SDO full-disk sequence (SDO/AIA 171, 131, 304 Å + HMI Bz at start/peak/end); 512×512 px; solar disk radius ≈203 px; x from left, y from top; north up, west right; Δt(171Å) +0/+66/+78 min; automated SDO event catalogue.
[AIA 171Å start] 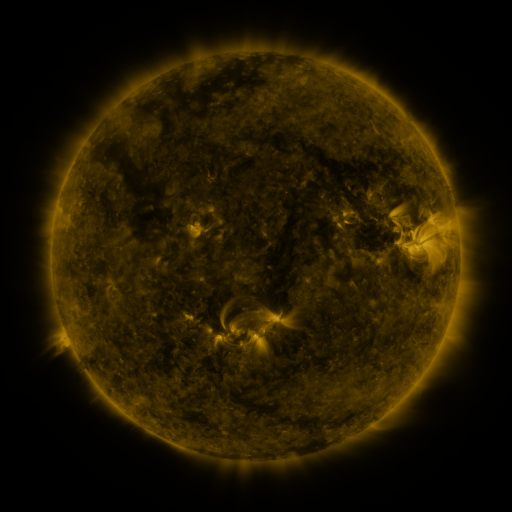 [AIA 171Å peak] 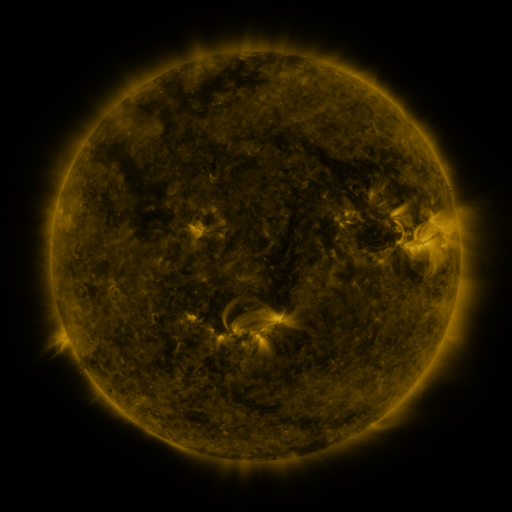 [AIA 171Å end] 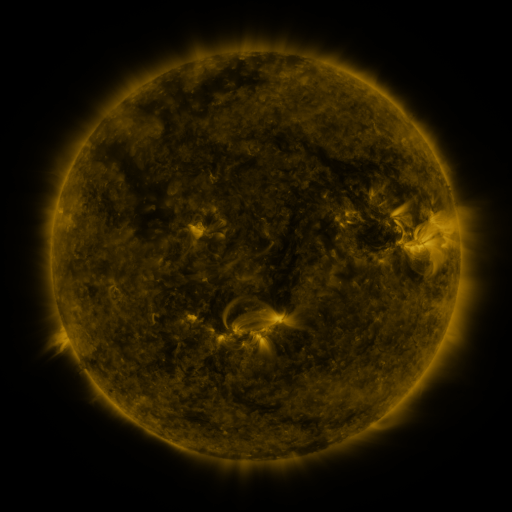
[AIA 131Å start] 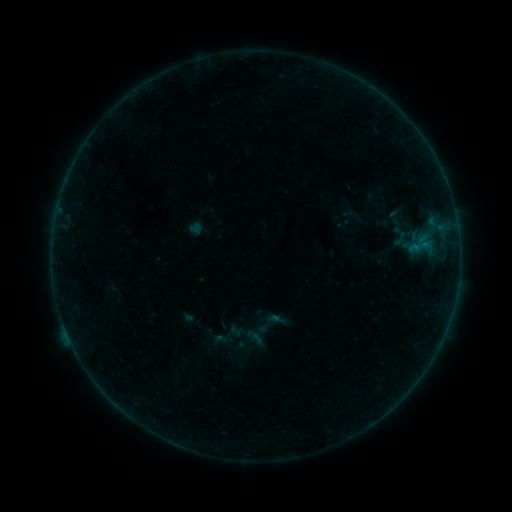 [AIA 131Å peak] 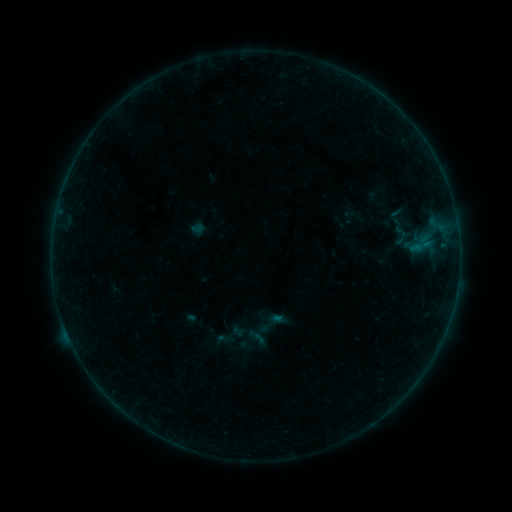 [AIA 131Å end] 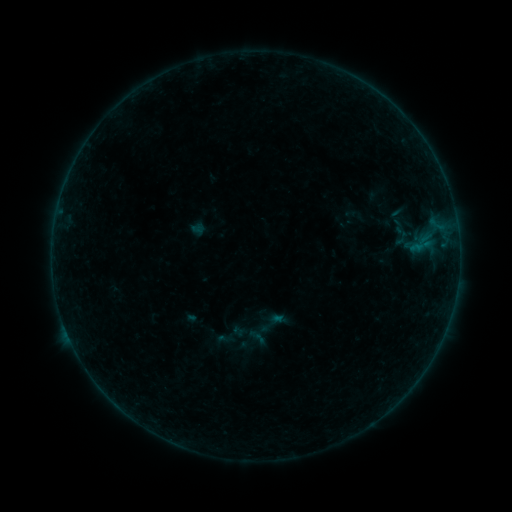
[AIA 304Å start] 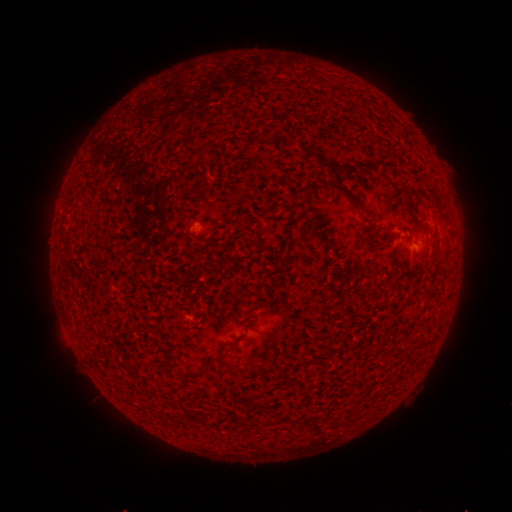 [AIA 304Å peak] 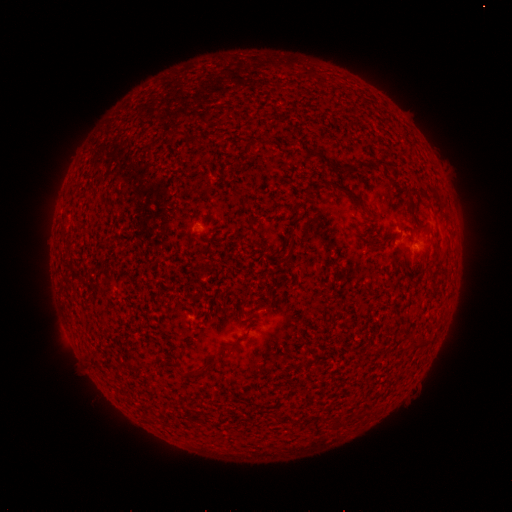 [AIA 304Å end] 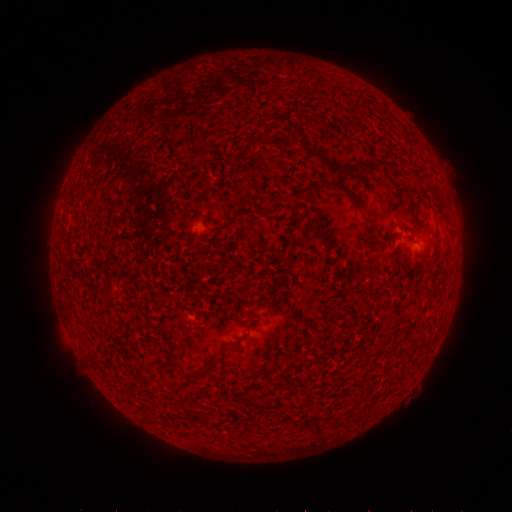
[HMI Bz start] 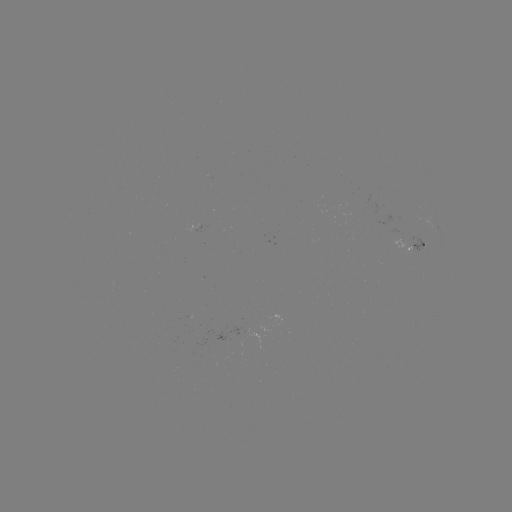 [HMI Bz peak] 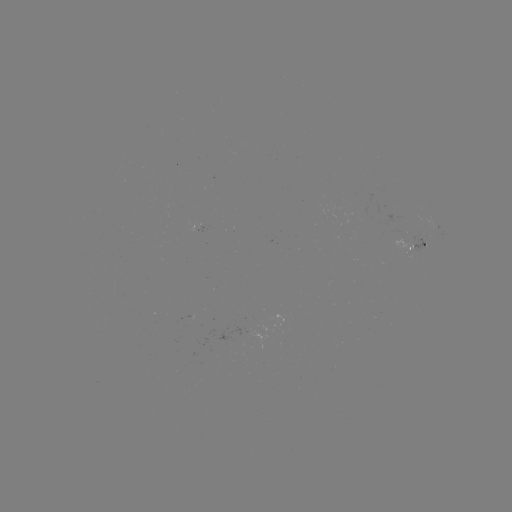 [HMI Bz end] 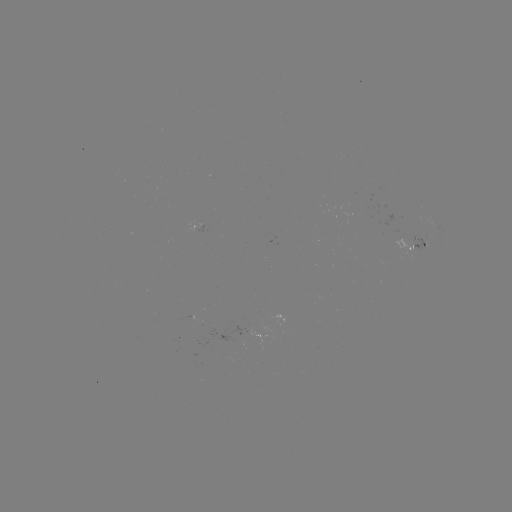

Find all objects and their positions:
emerging-flux region: (200, 226)
